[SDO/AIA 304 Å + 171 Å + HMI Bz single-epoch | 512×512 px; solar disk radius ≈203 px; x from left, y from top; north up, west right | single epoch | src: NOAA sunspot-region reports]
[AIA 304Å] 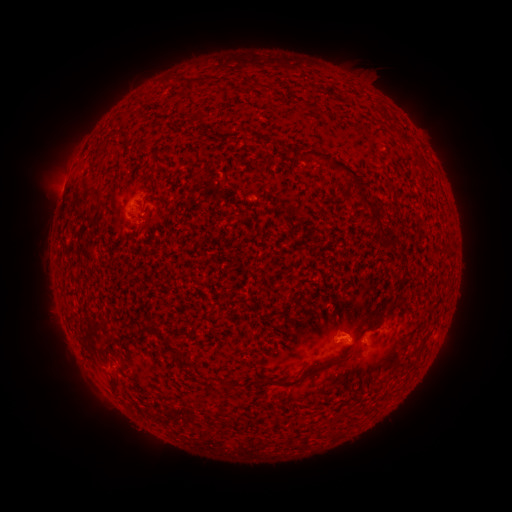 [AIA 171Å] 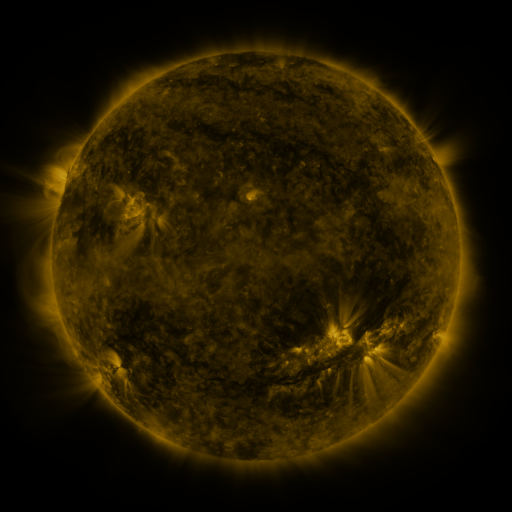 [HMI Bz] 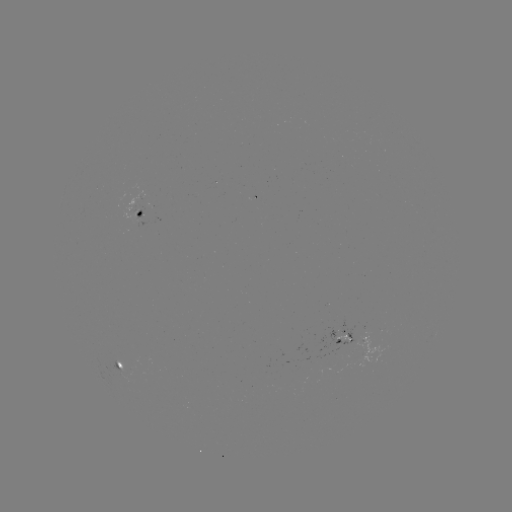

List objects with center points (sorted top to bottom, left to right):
spotted active region: (141, 212)
spotted active region: (347, 335)
spotted active region: (118, 362)
